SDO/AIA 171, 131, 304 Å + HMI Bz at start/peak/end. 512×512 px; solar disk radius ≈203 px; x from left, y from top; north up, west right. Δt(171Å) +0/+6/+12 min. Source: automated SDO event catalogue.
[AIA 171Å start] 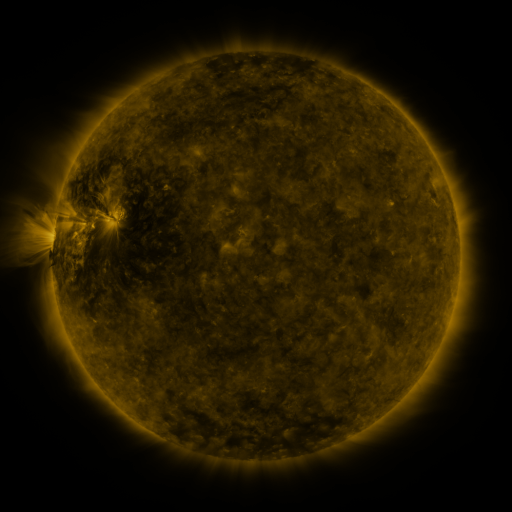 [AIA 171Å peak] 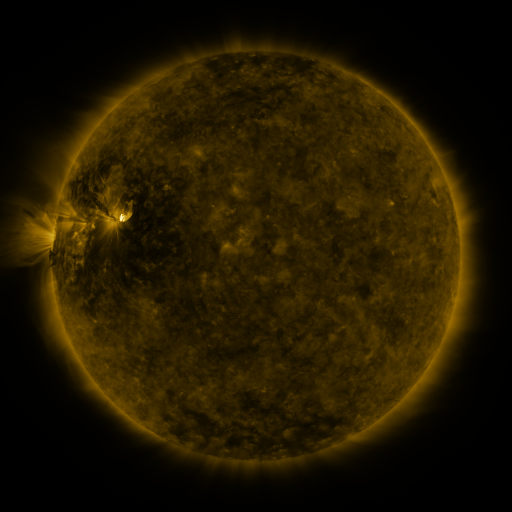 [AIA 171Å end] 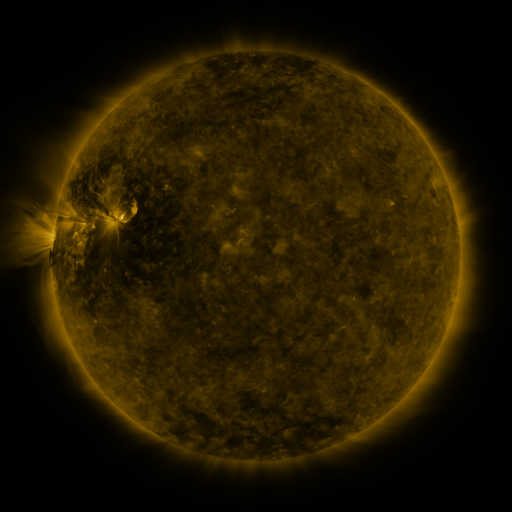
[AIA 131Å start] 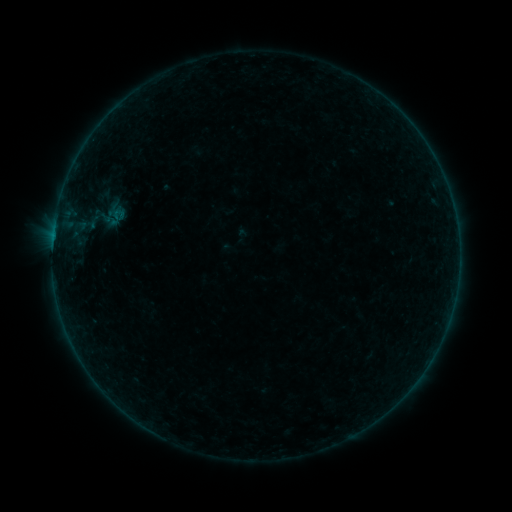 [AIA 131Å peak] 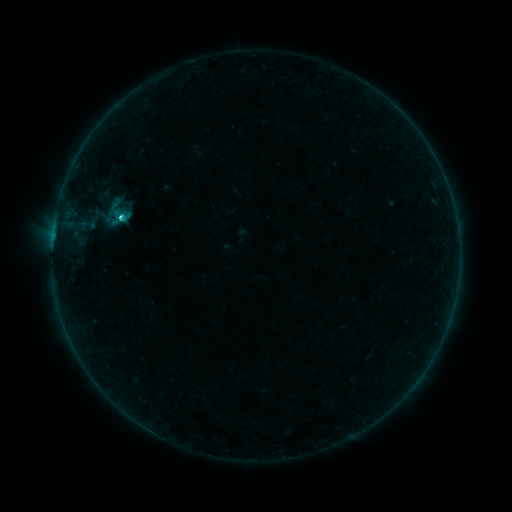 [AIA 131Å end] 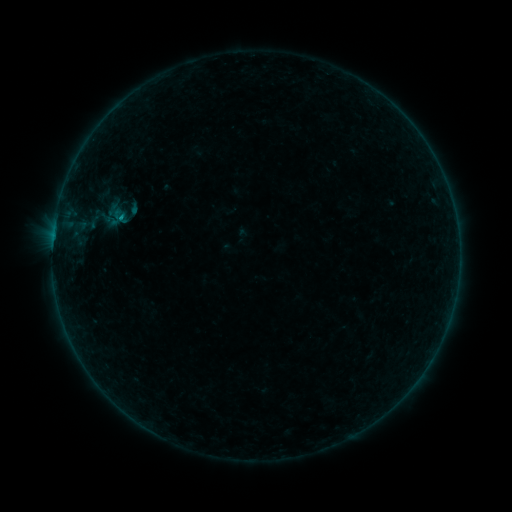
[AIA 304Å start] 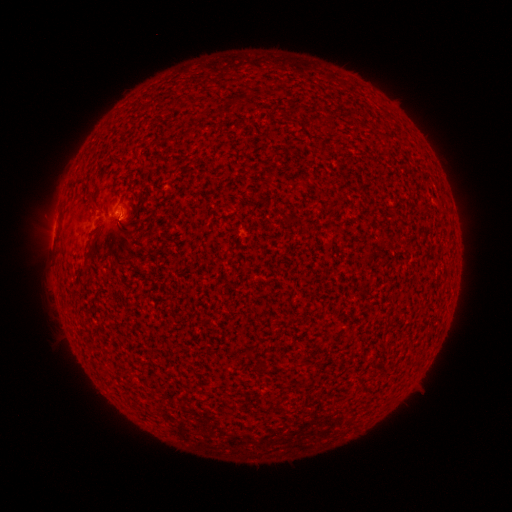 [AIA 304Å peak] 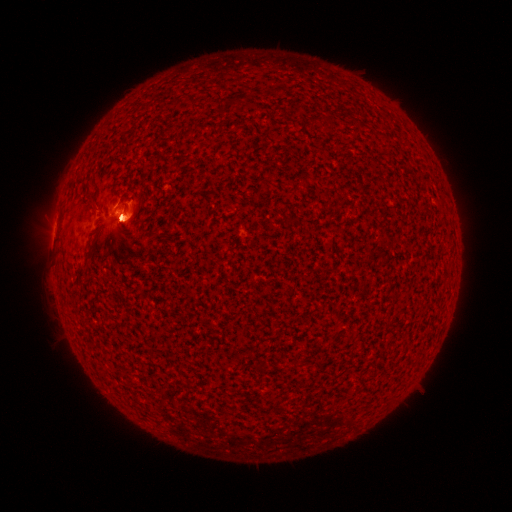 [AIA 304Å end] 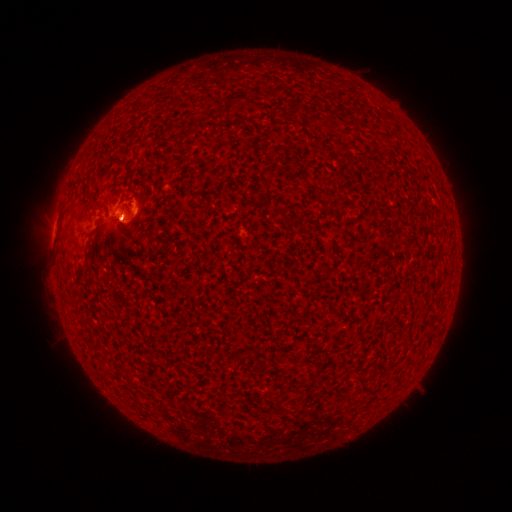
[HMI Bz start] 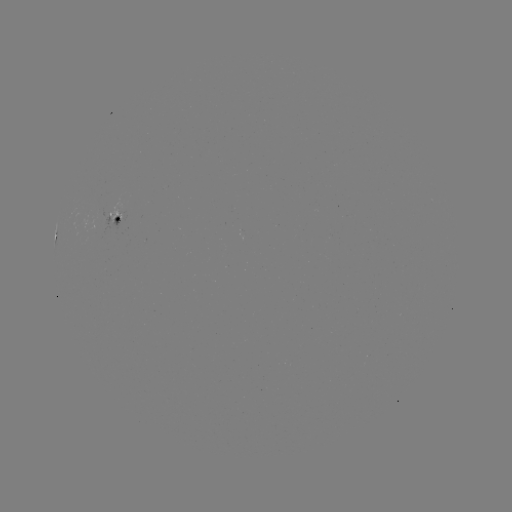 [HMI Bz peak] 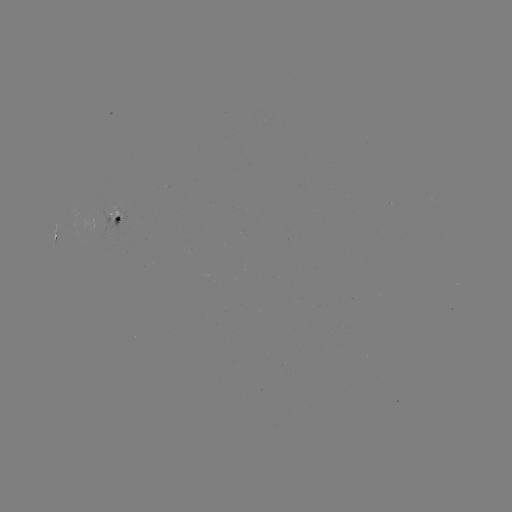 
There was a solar flare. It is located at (123, 218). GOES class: C1.0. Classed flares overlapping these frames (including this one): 1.